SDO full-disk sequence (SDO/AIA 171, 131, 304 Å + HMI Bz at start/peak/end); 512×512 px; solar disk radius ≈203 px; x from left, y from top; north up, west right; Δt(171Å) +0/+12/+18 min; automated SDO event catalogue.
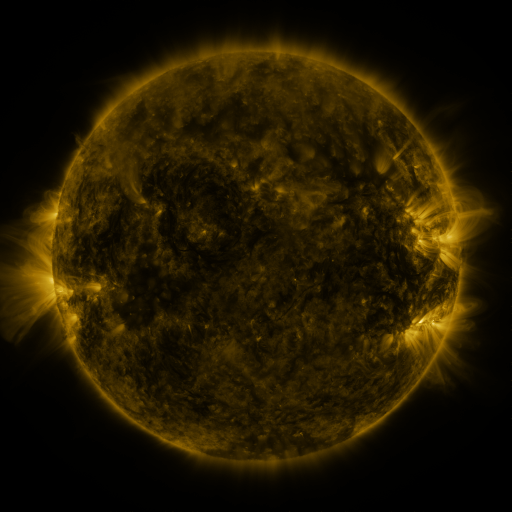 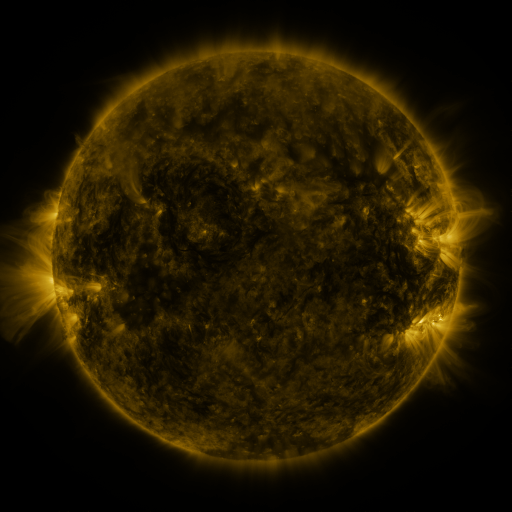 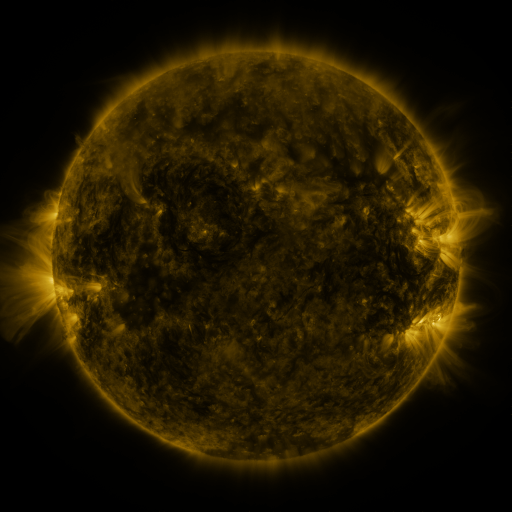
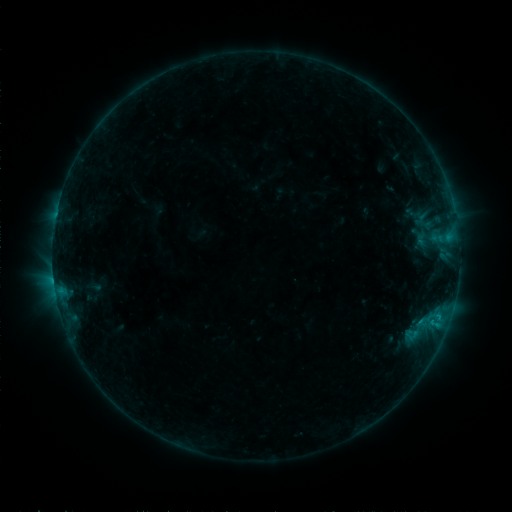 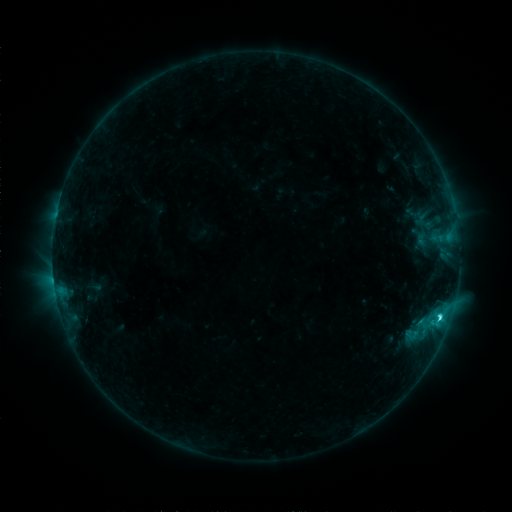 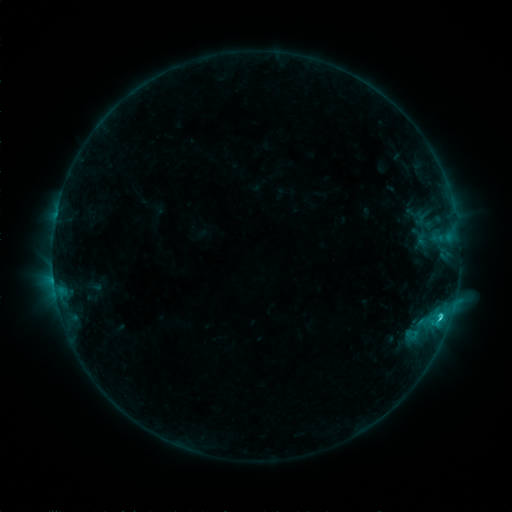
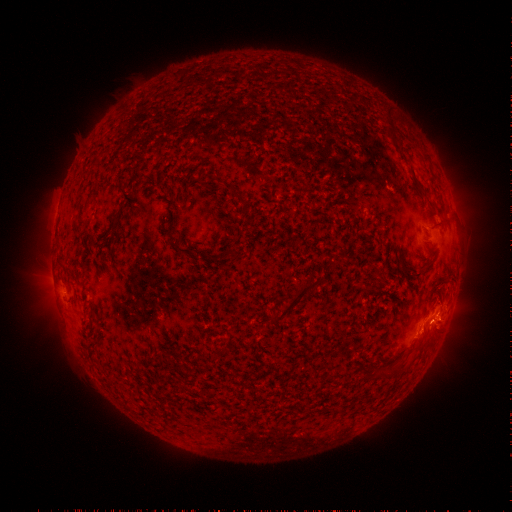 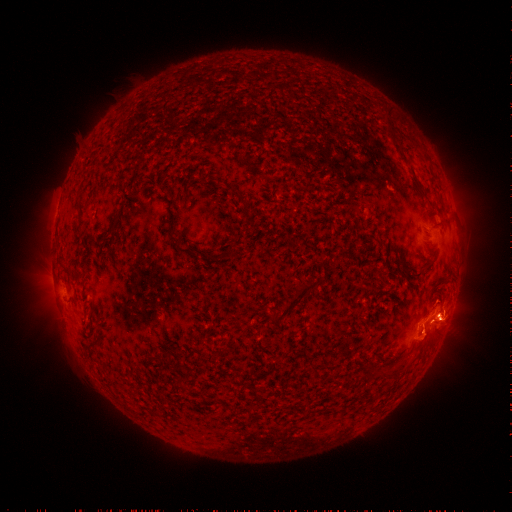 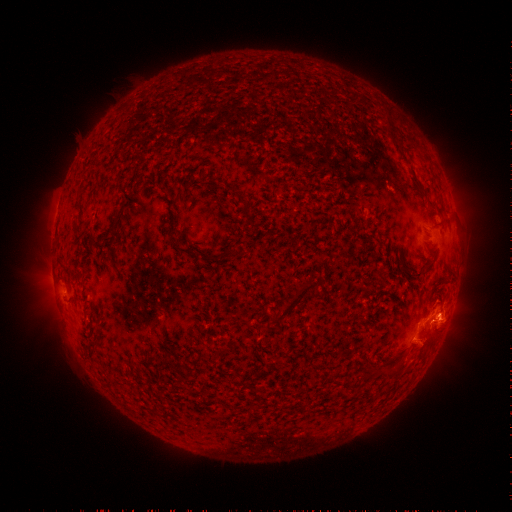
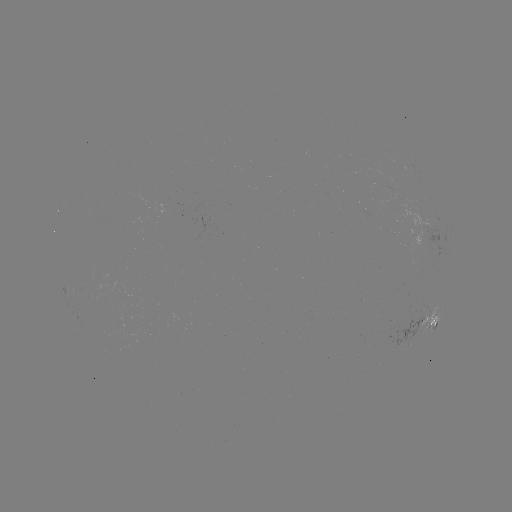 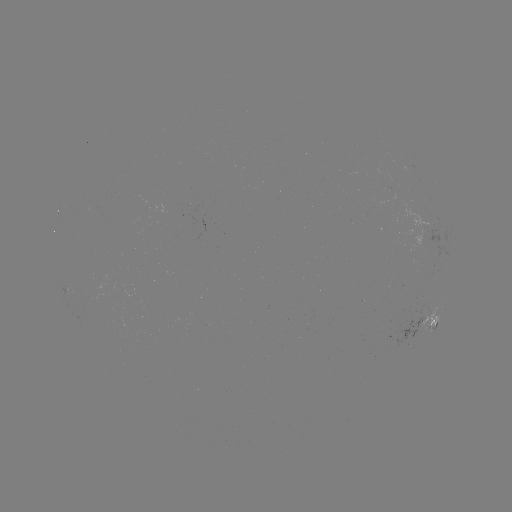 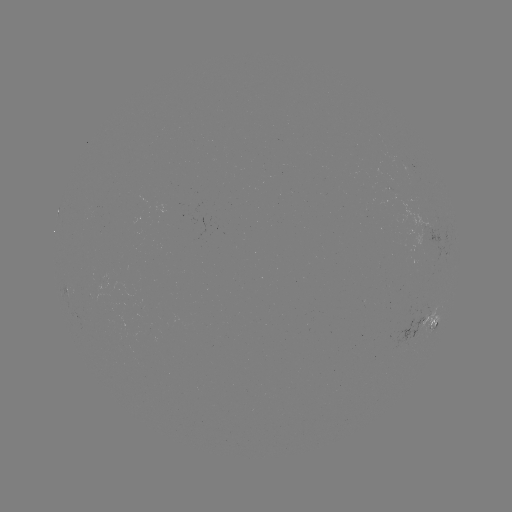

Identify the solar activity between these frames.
C2.4 flare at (440, 315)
